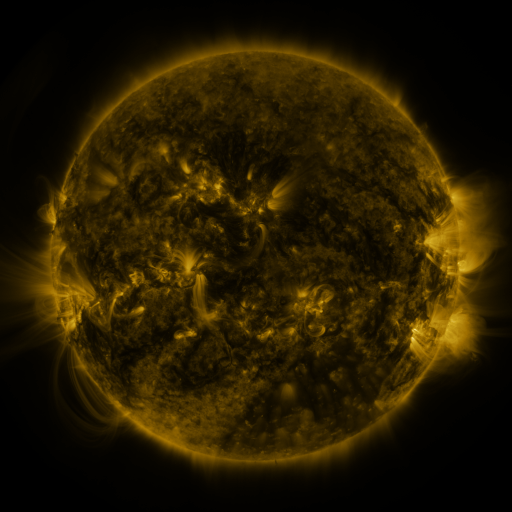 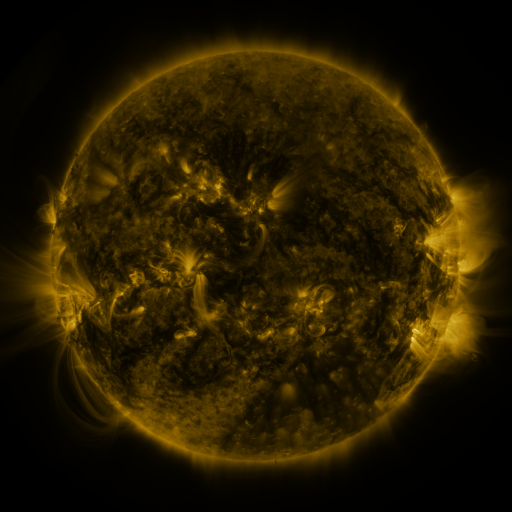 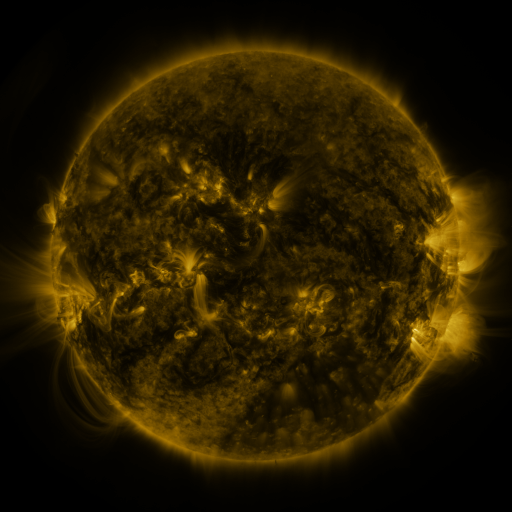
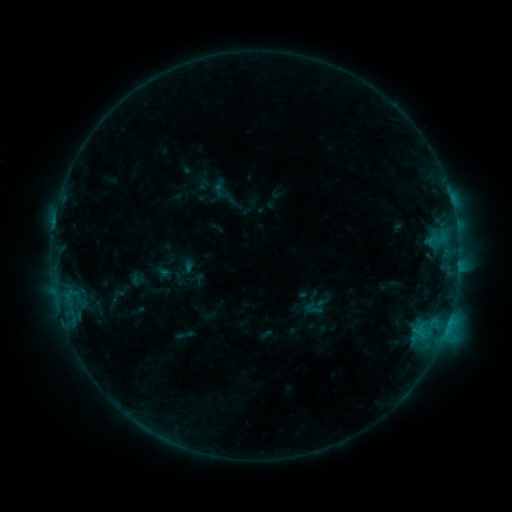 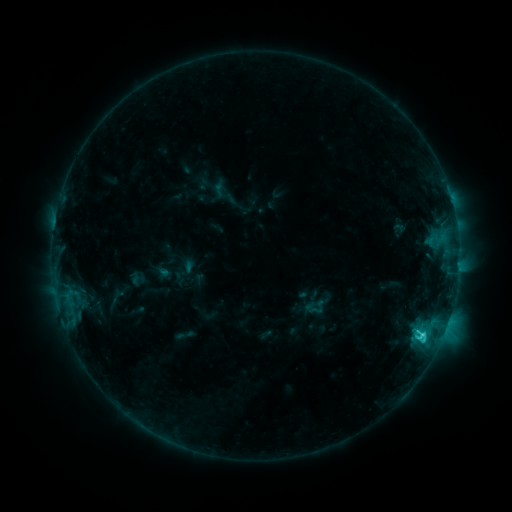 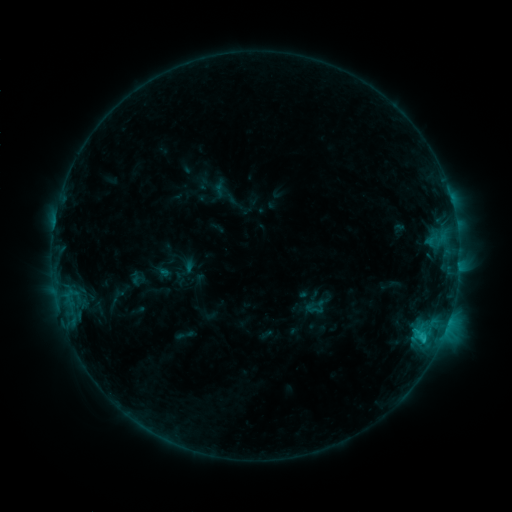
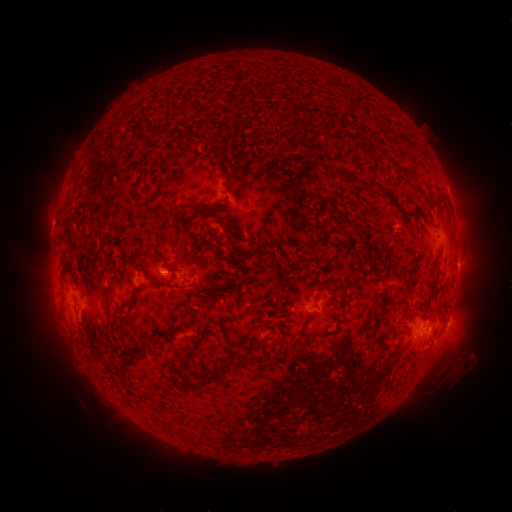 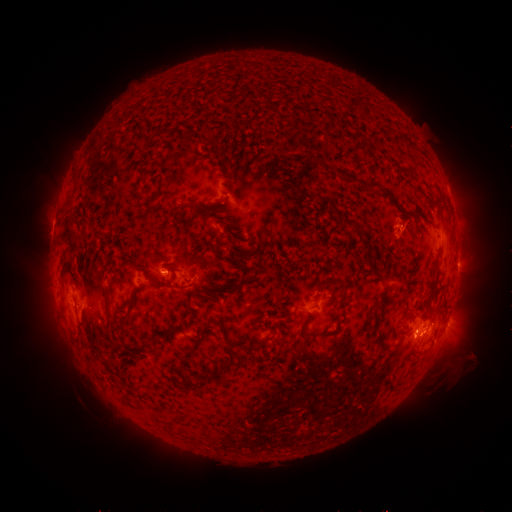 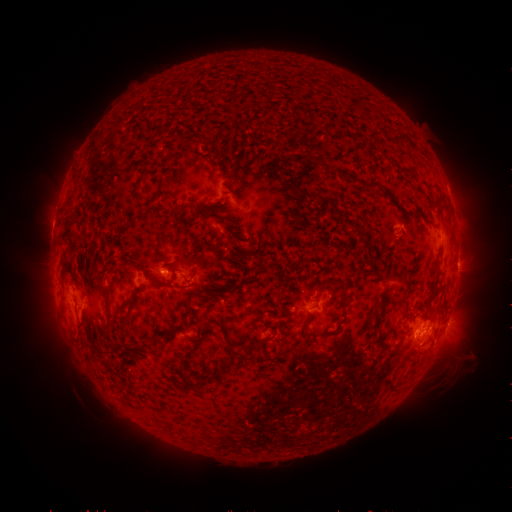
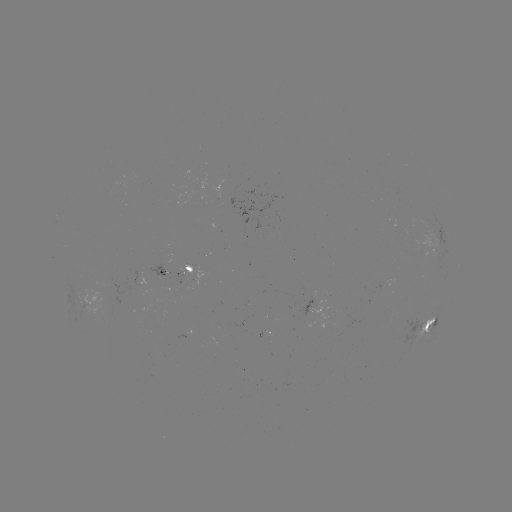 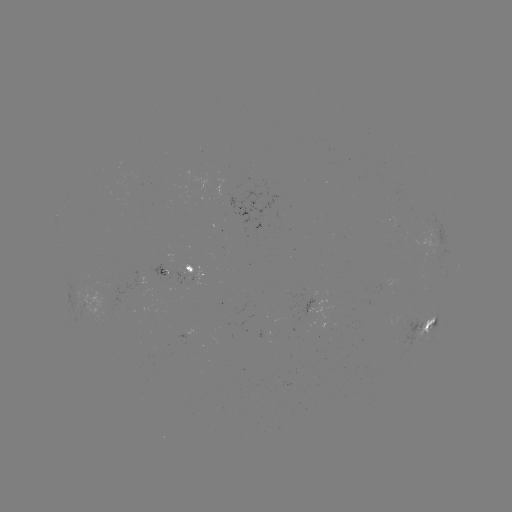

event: flare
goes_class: C2.7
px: (421, 335)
